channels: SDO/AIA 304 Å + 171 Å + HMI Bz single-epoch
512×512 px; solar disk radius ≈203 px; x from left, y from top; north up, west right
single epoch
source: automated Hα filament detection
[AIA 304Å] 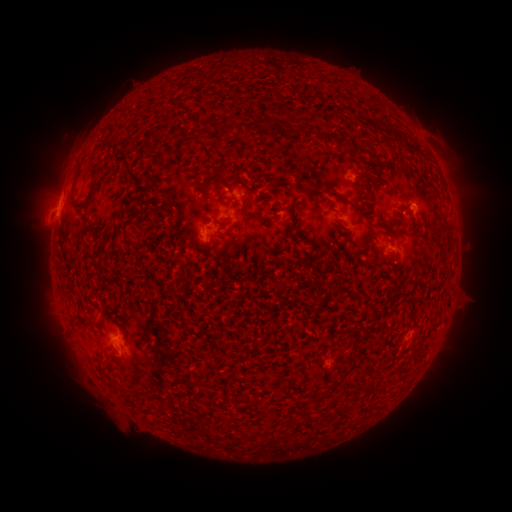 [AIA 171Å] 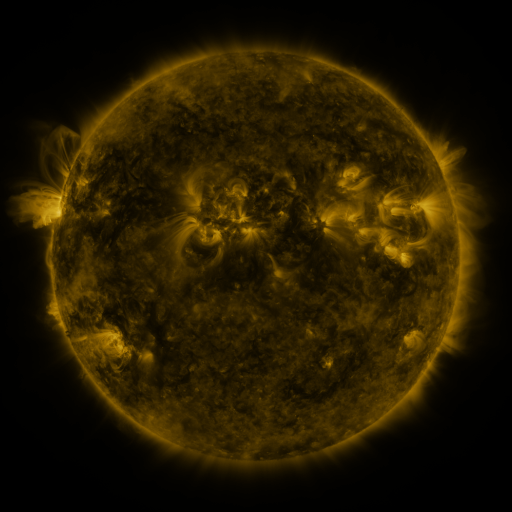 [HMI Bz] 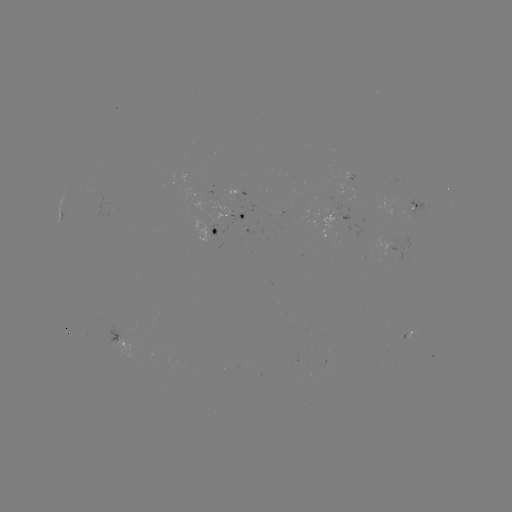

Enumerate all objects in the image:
filament: <bbox>364, 95, 374, 105</bbox>
filament: <bbox>218, 122, 228, 133</bbox>
filament: <bbox>244, 123, 255, 136</bbox>
filament: <bbox>93, 162, 102, 177</bbox>
filament: <bbox>124, 162, 150, 195</bbox>
filament: <bbox>211, 166, 230, 190</bbox>
filament: <bbox>85, 180, 97, 205</bbox>
filament: <bbox>70, 184, 84, 210</bbox>
filament: <bbox>200, 190, 212, 200</bbox>
filament: <bbox>213, 219, 230, 226</bbox>
filament: <bbox>111, 236, 118, 251</bbox>
filament: <bbox>315, 294, 322, 303</bbox>
filament: <bbox>341, 367, 352, 377</bbox>
